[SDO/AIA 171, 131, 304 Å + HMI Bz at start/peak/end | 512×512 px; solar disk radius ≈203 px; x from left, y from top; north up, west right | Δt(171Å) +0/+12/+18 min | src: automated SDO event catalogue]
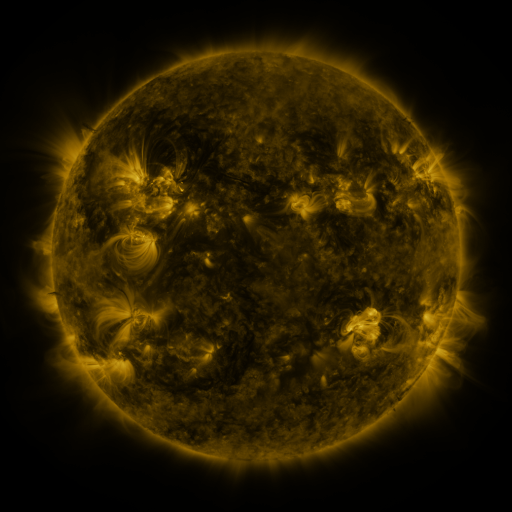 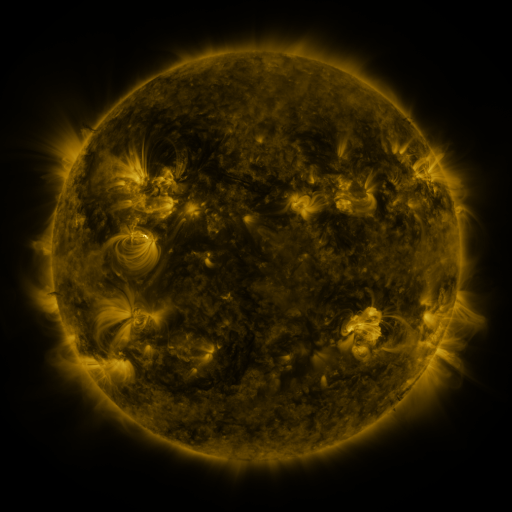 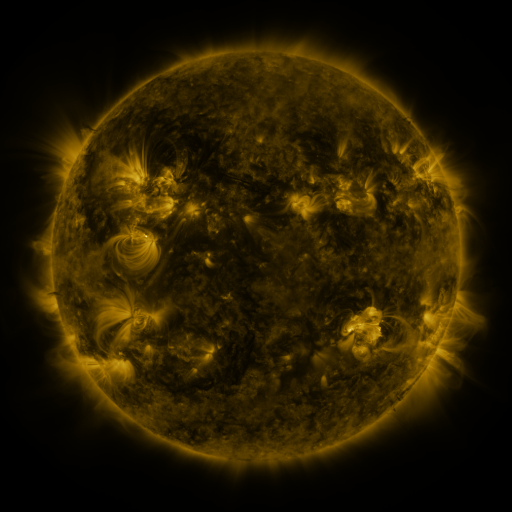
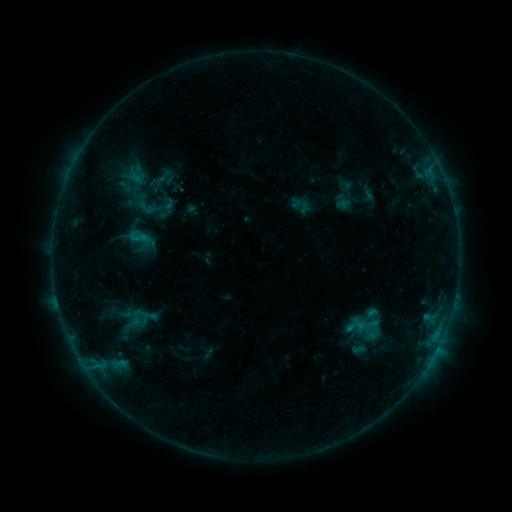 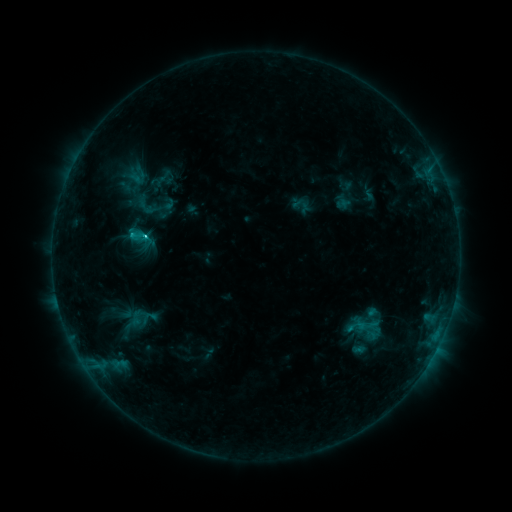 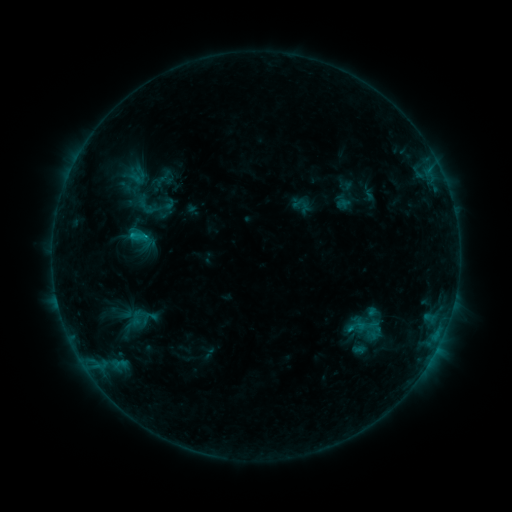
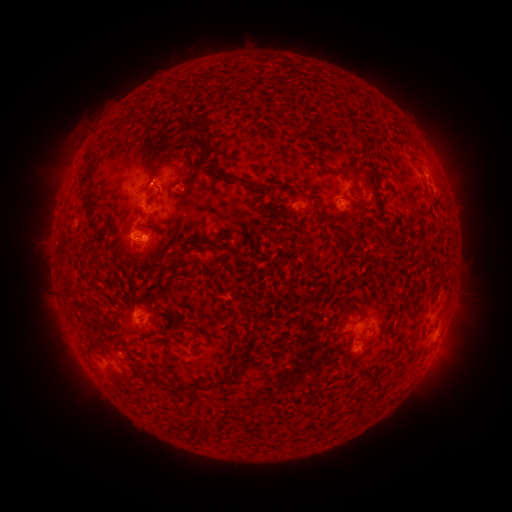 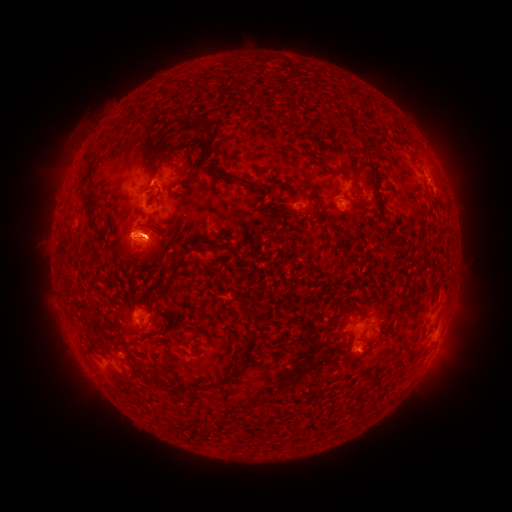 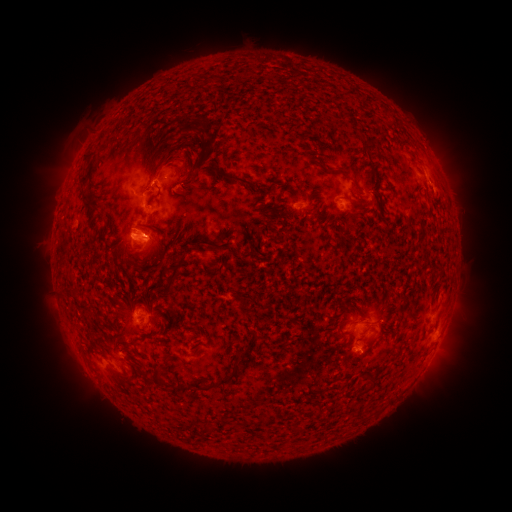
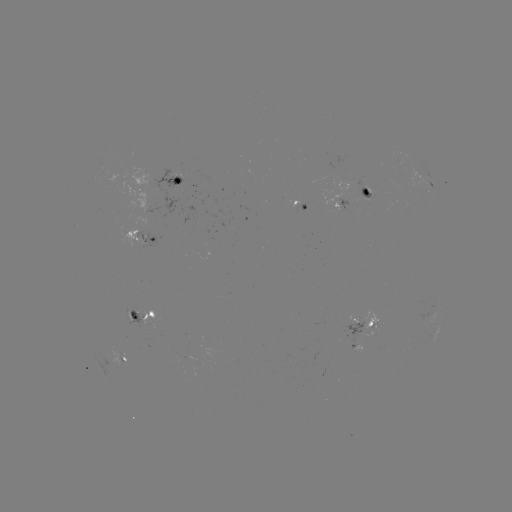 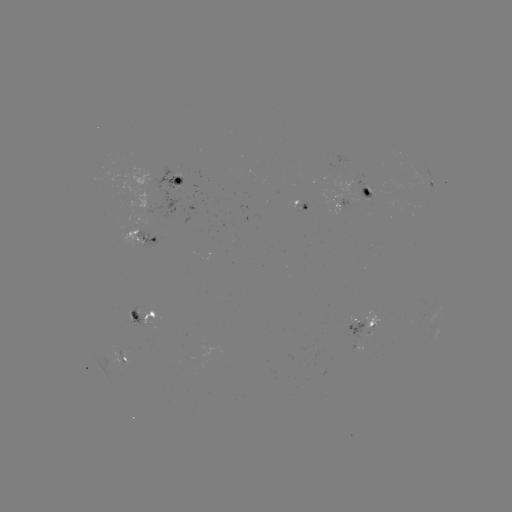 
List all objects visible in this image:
C1.6 flare: (146, 238)
